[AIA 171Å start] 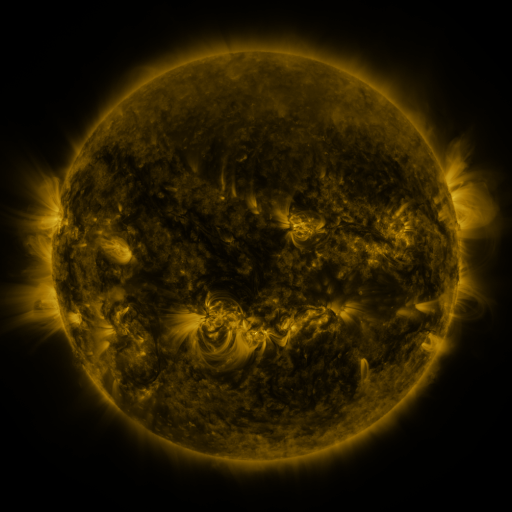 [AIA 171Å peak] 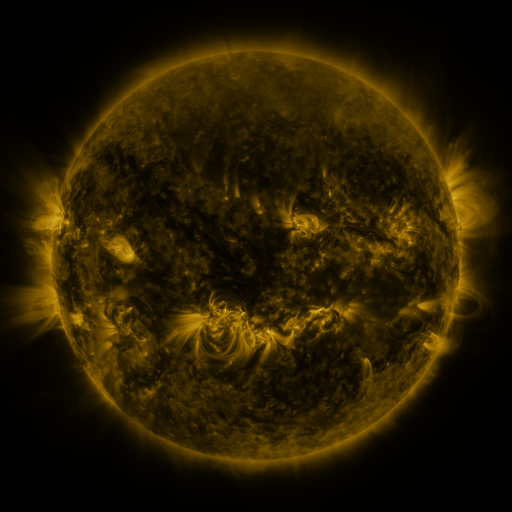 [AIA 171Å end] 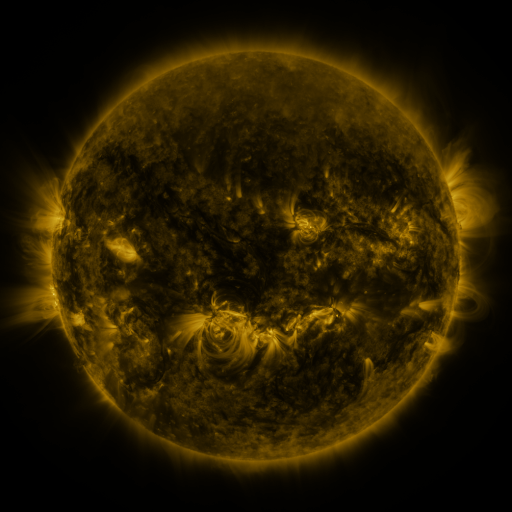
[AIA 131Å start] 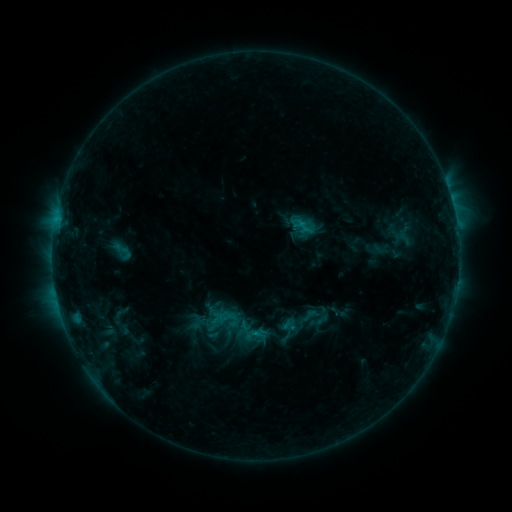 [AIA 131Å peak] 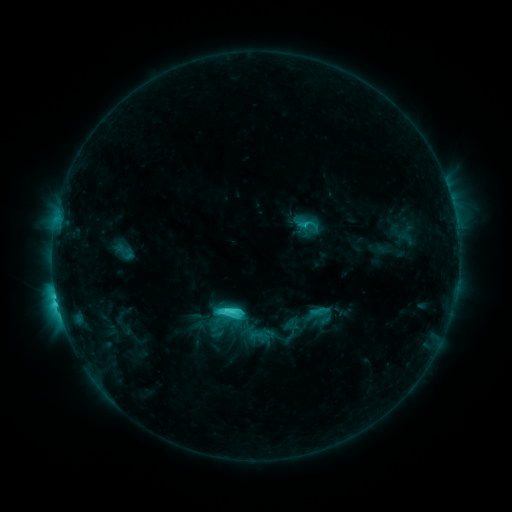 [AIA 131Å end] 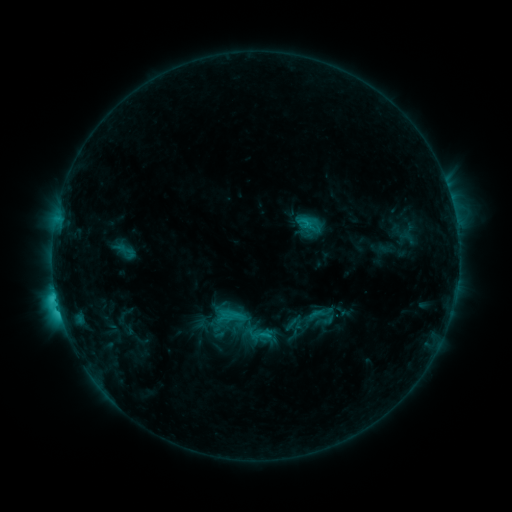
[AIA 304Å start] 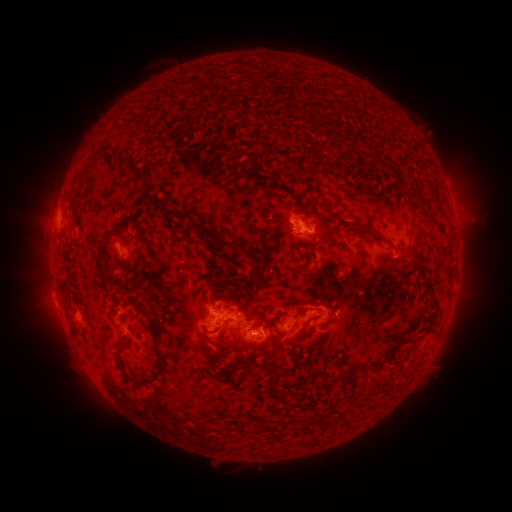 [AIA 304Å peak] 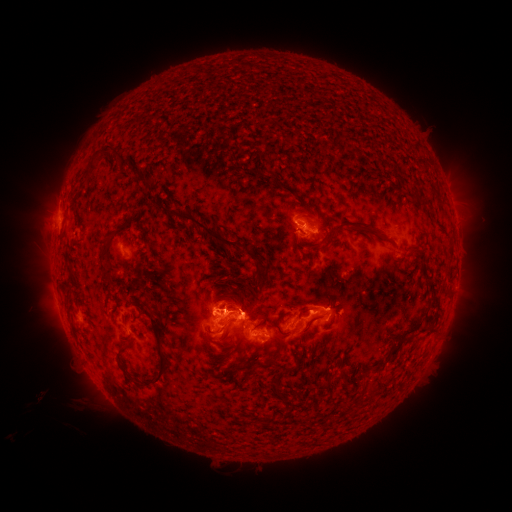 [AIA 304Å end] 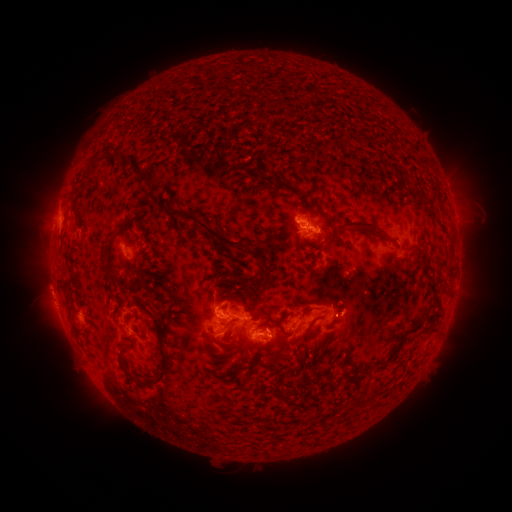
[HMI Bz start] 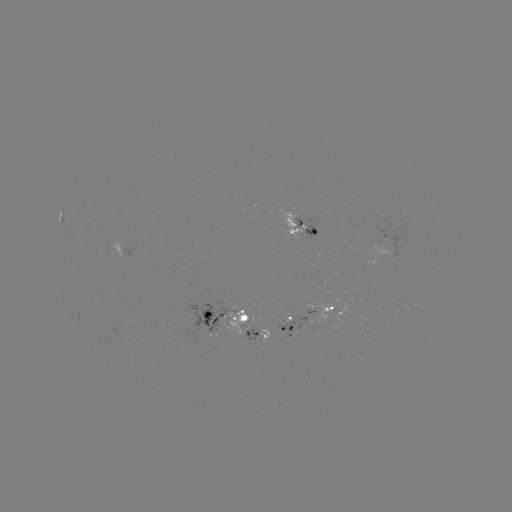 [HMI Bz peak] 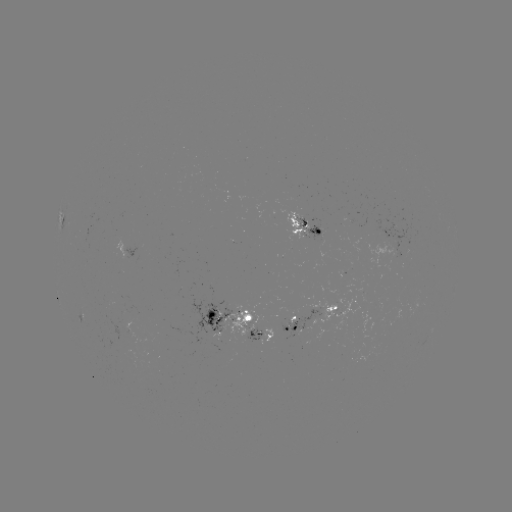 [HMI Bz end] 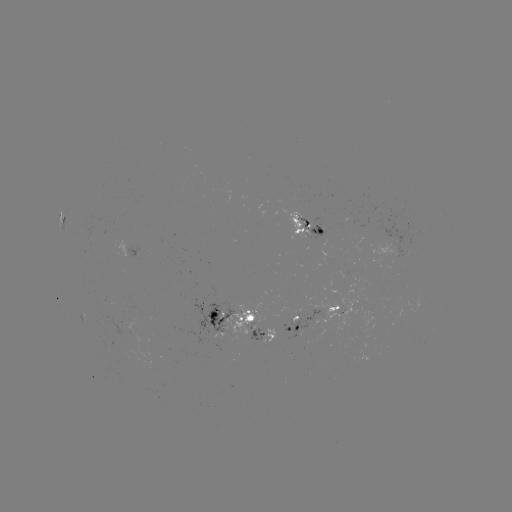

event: flare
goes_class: C8.7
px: (227, 308)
